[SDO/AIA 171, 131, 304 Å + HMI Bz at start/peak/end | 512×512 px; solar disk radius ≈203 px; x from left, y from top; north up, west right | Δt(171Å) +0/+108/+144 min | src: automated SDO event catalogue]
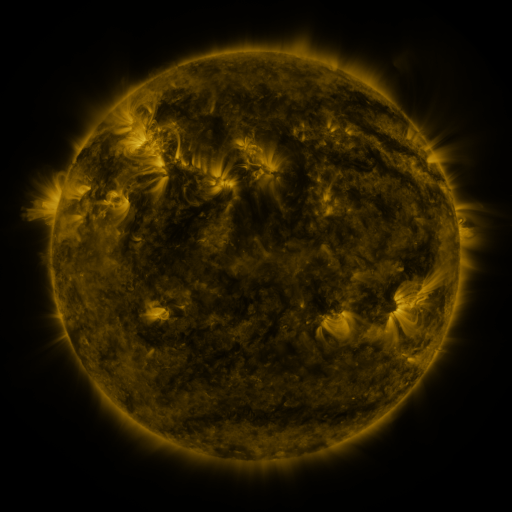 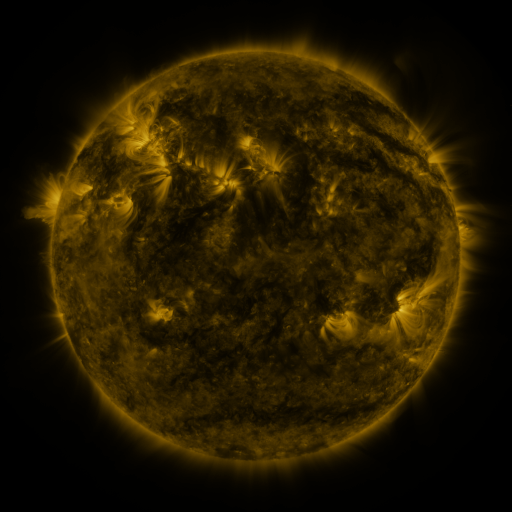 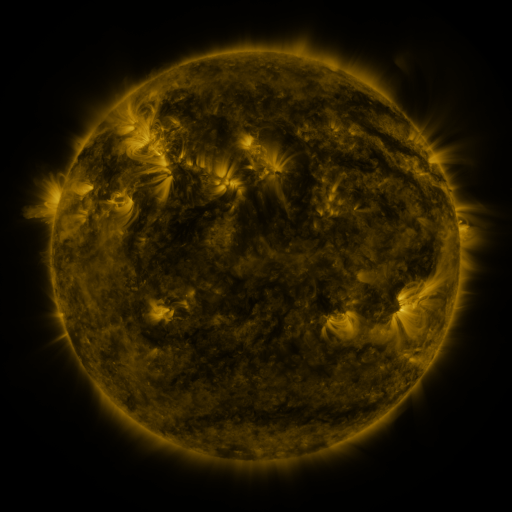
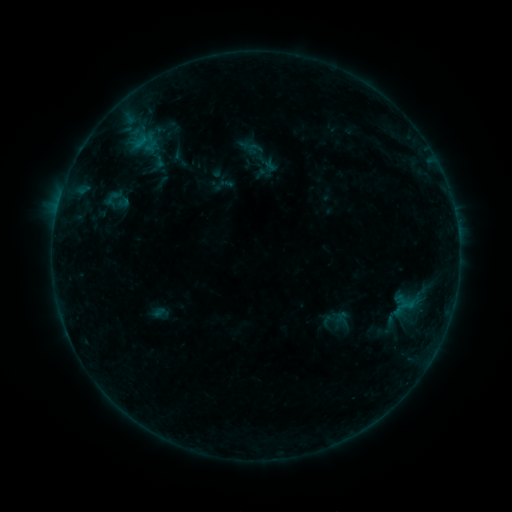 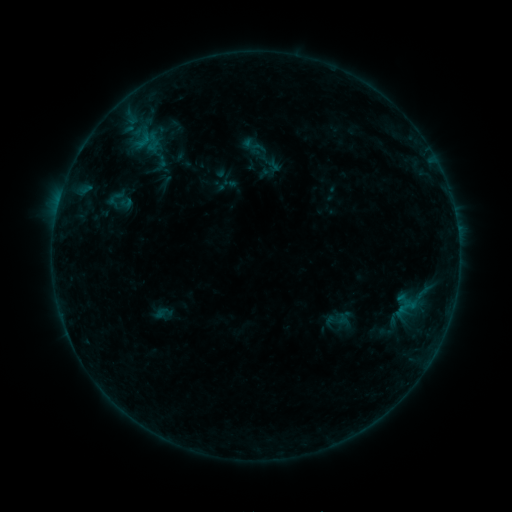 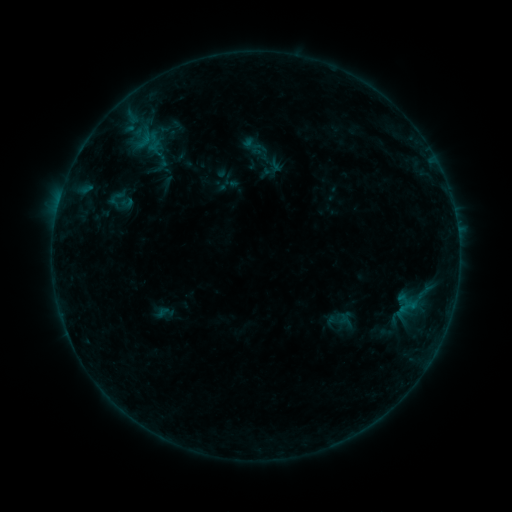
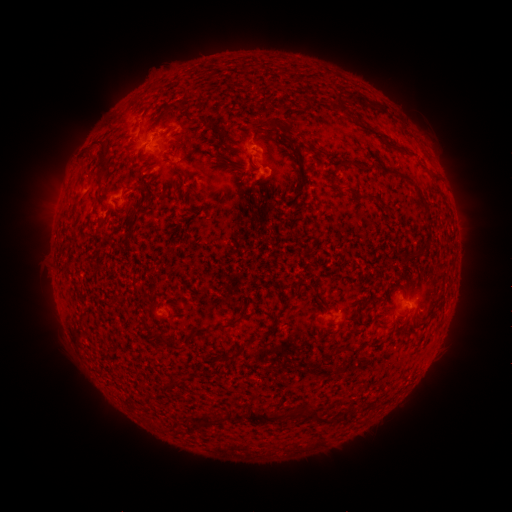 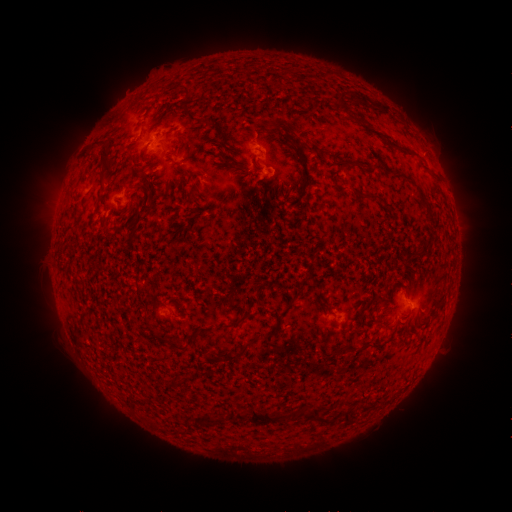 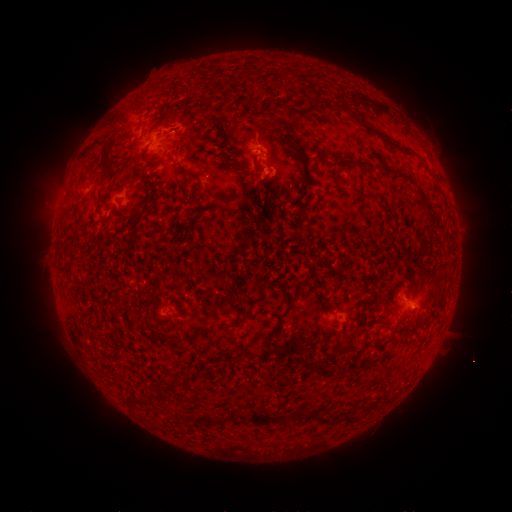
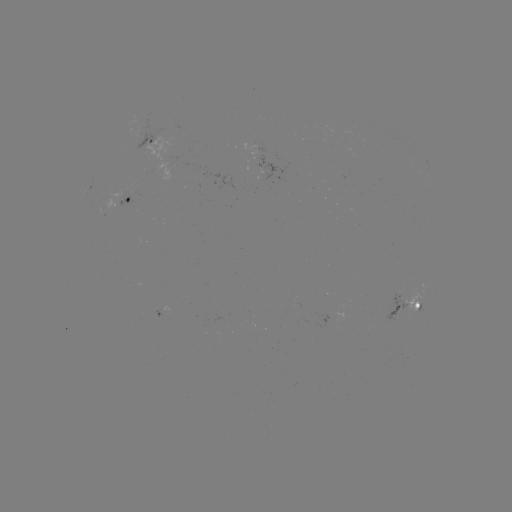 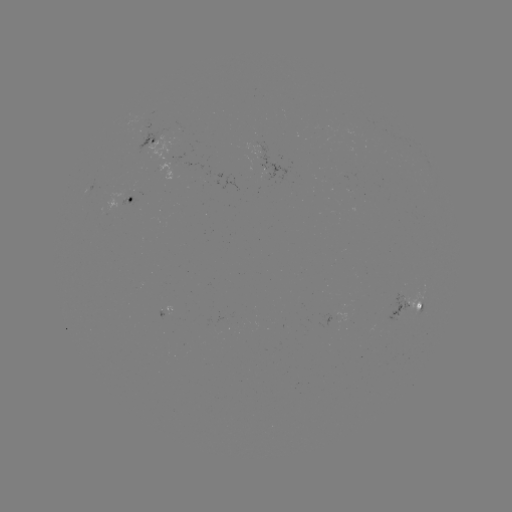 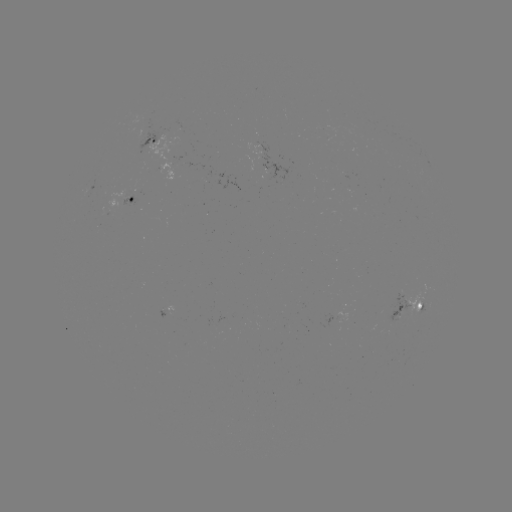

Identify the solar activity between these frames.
emerging-flux region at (399, 310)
